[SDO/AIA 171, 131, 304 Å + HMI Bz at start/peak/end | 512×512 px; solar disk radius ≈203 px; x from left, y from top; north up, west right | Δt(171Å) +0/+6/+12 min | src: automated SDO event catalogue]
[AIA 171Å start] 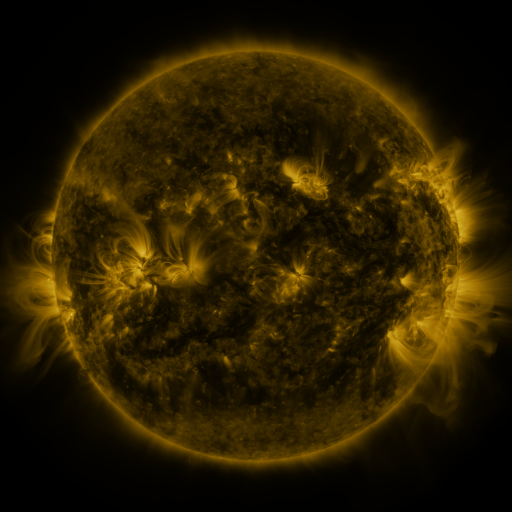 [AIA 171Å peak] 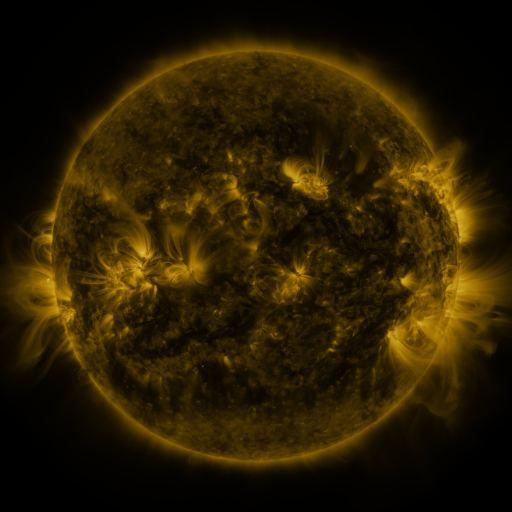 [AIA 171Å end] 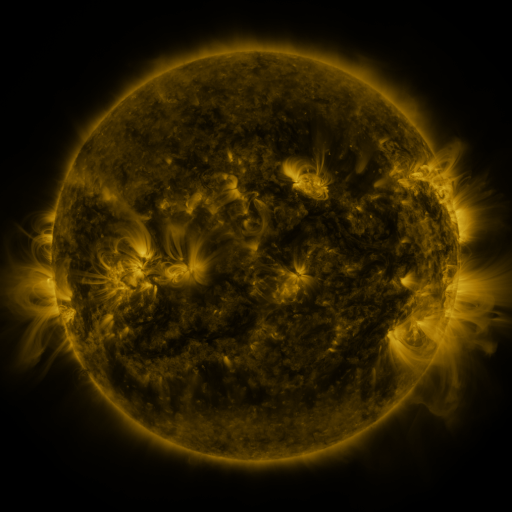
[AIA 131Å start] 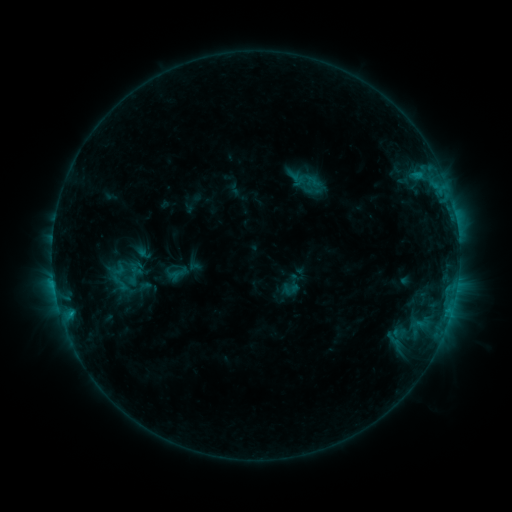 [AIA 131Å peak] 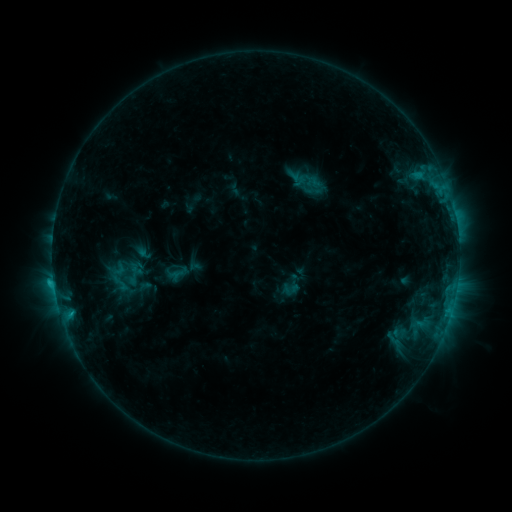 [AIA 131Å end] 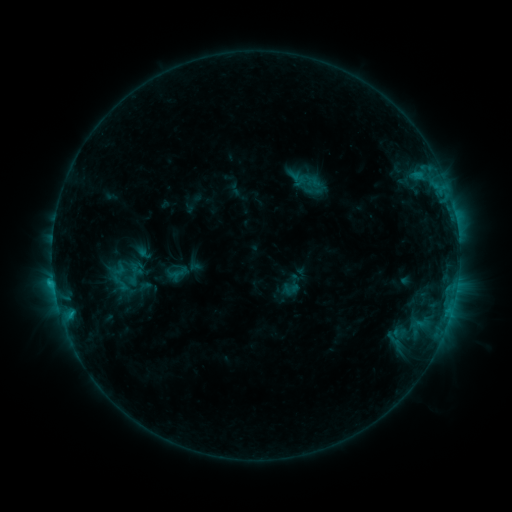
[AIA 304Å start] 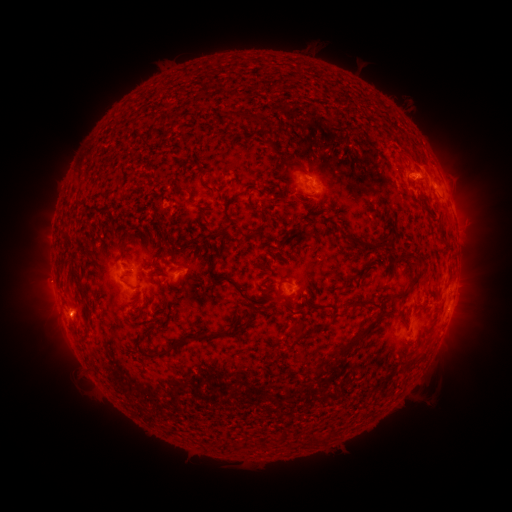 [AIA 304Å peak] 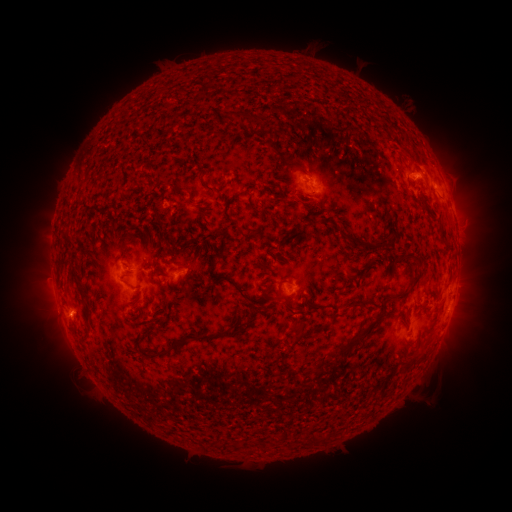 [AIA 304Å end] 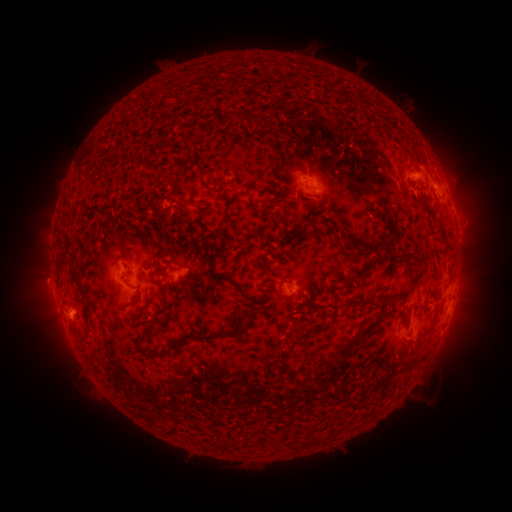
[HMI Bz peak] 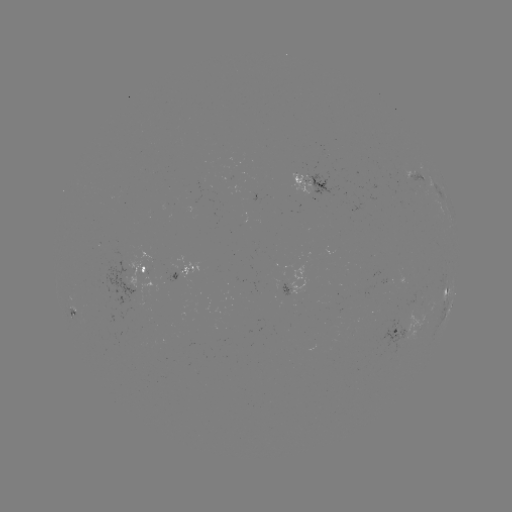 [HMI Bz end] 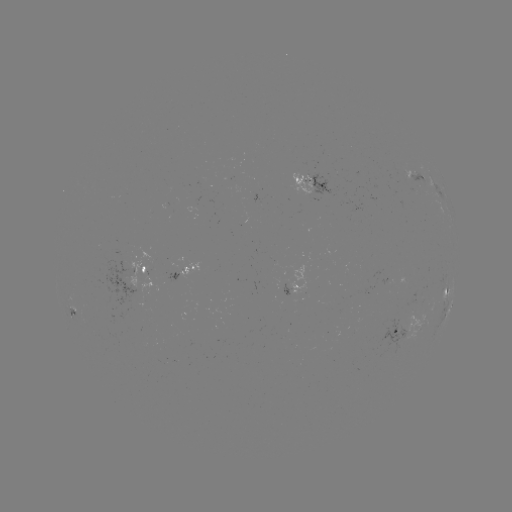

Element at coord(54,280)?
C1.0 flare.